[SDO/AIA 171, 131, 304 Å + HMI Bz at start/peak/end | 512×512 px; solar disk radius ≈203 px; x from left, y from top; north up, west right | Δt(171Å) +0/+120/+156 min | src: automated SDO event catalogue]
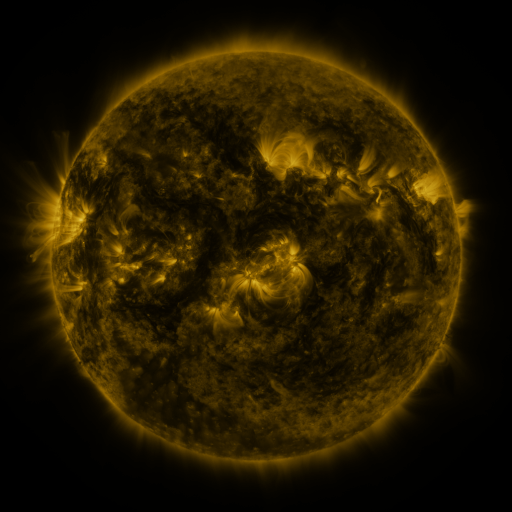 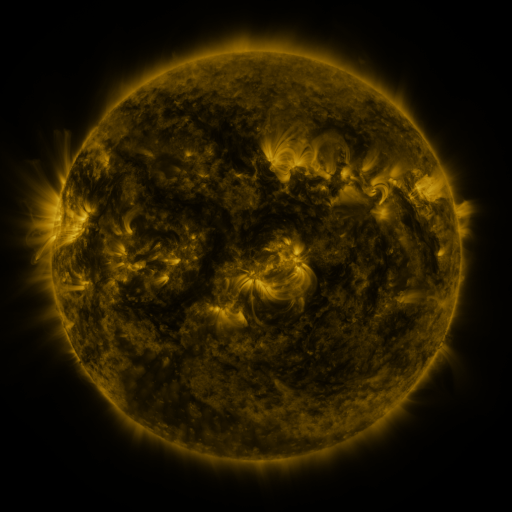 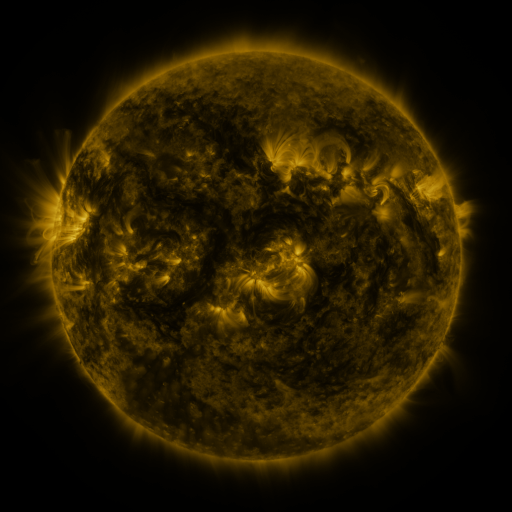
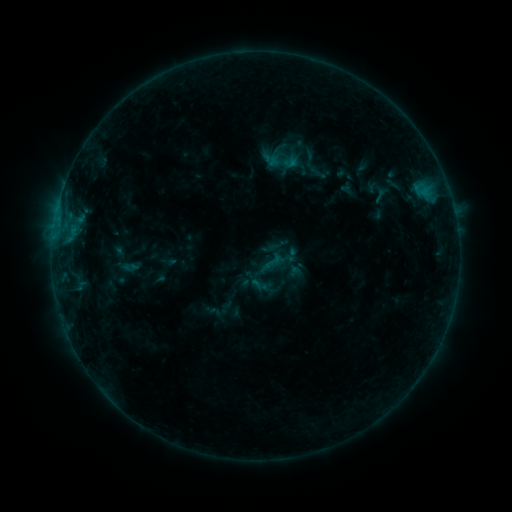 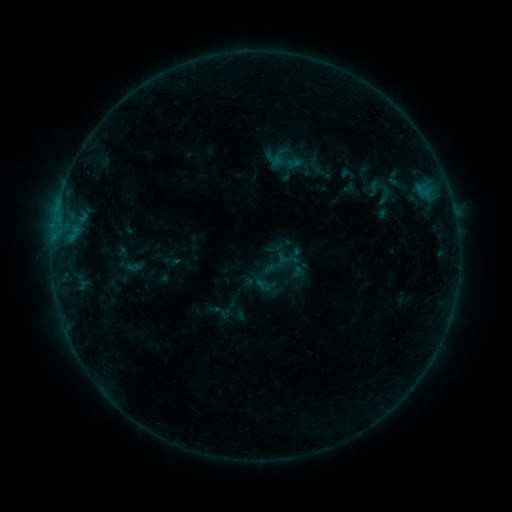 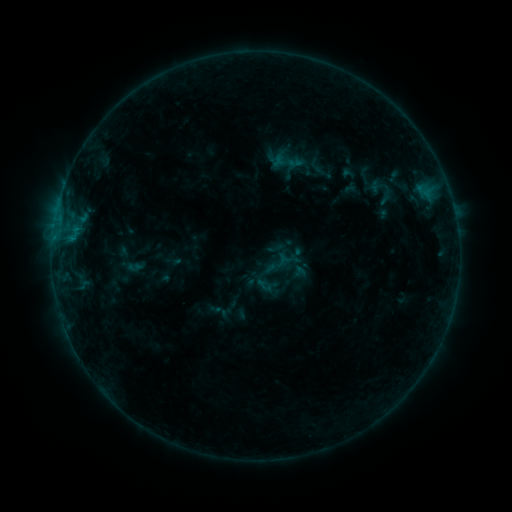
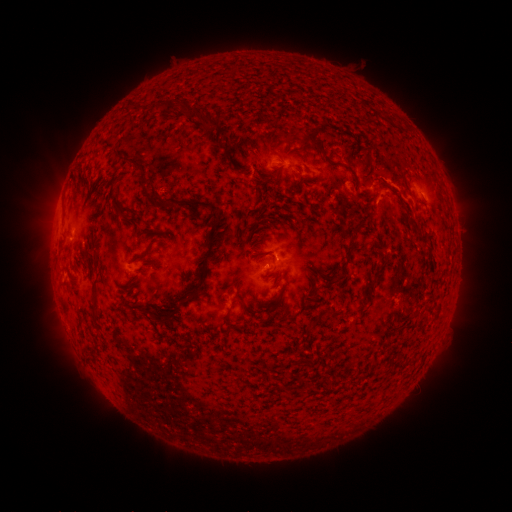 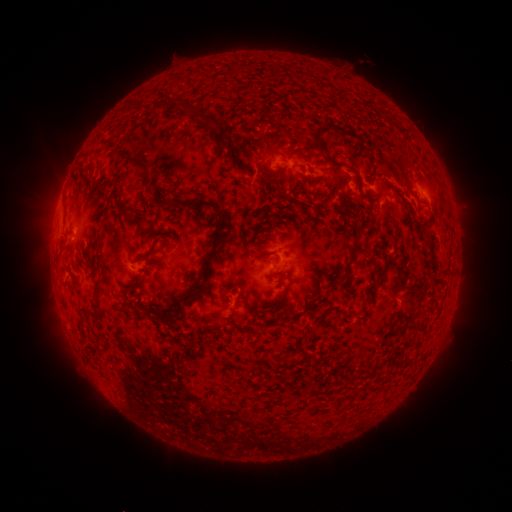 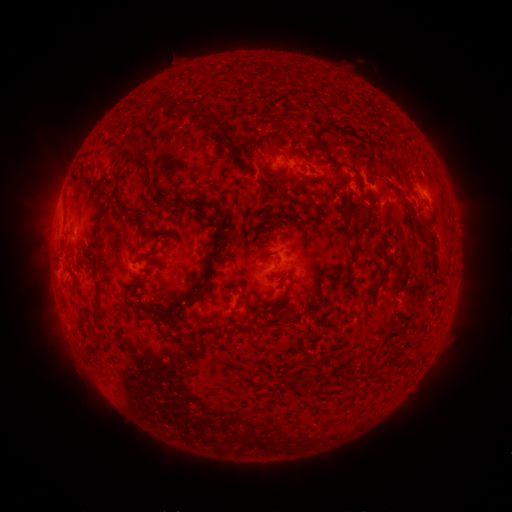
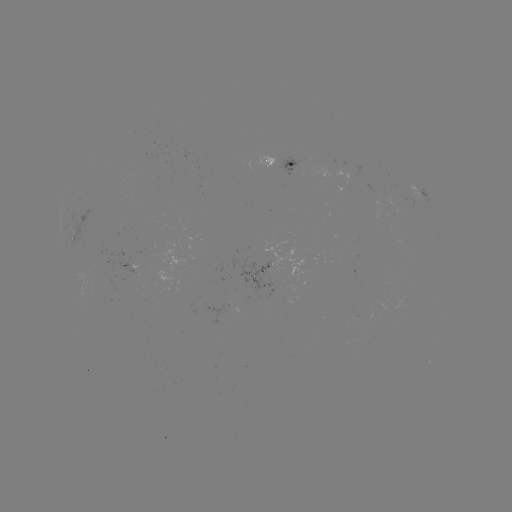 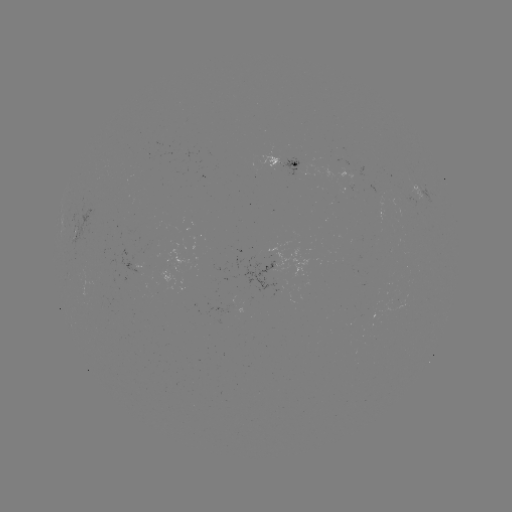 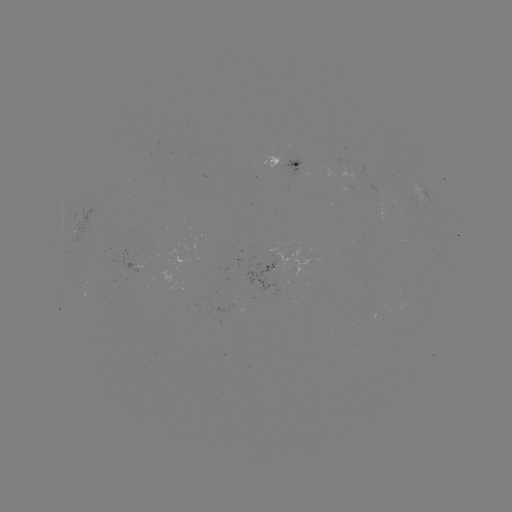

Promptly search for emerging-flux region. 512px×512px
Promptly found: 400,303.